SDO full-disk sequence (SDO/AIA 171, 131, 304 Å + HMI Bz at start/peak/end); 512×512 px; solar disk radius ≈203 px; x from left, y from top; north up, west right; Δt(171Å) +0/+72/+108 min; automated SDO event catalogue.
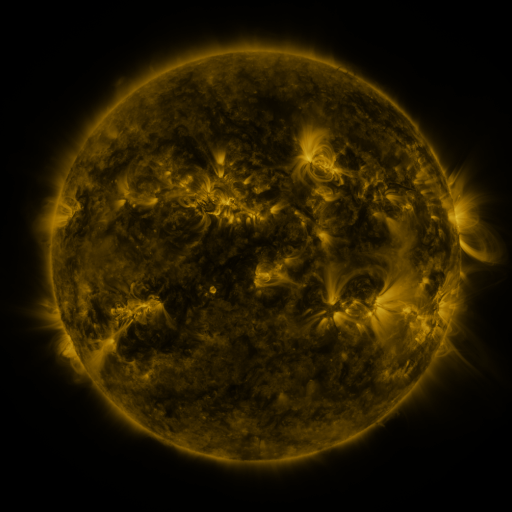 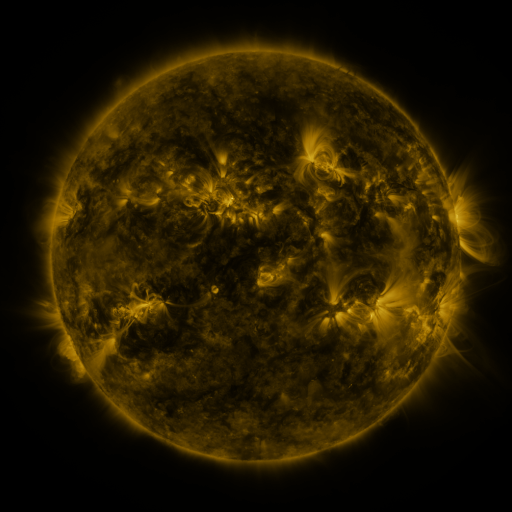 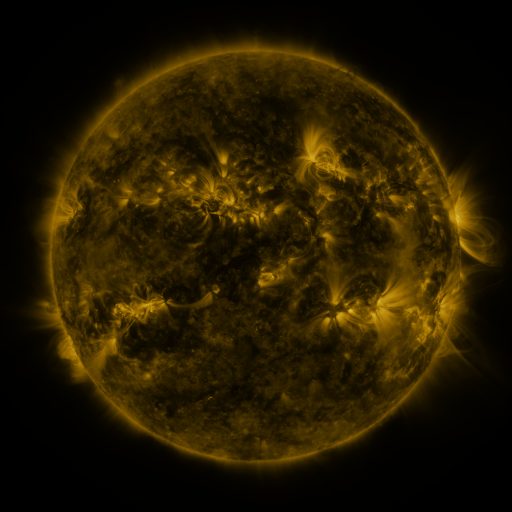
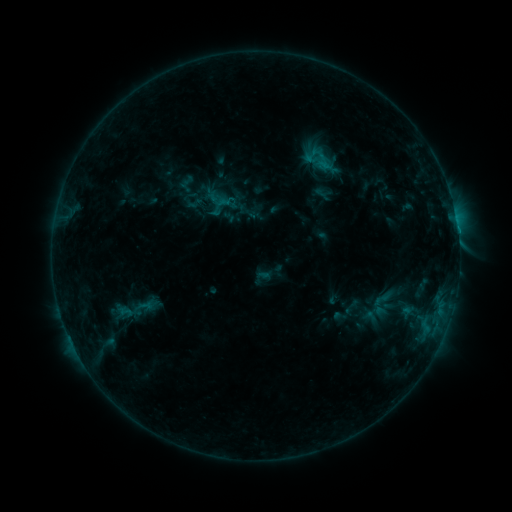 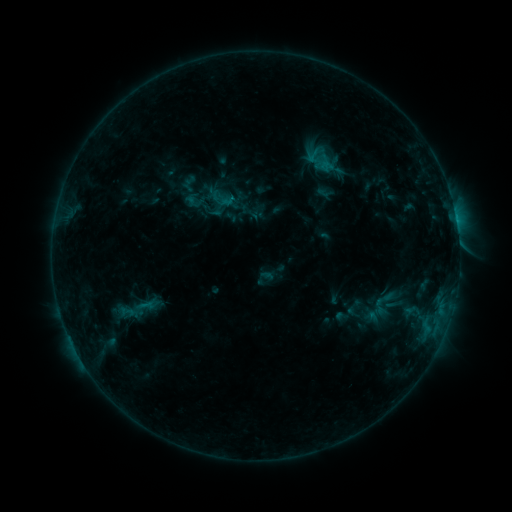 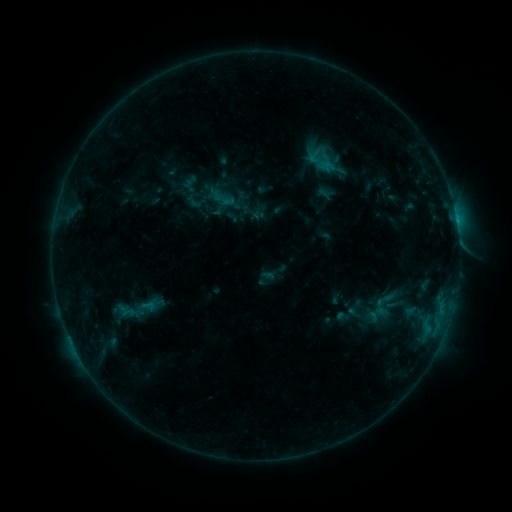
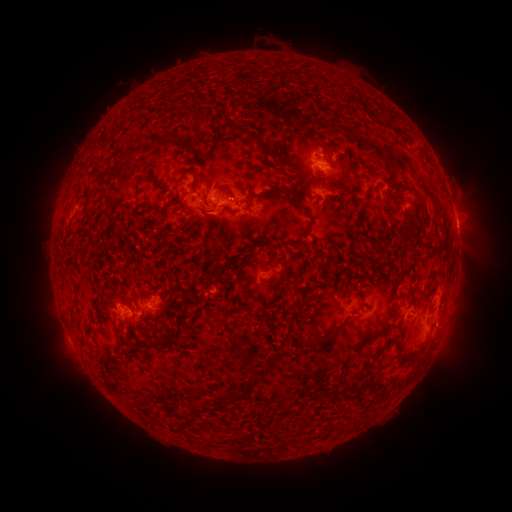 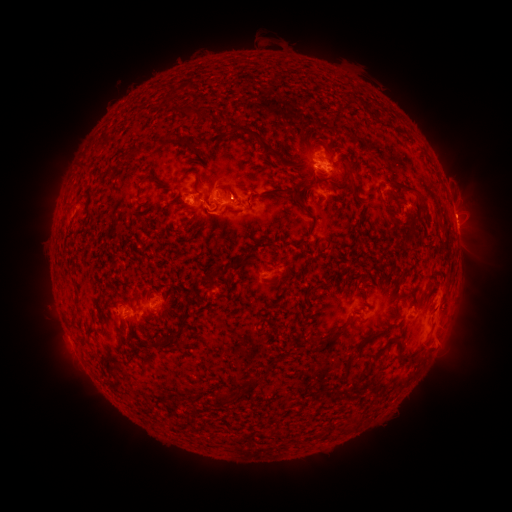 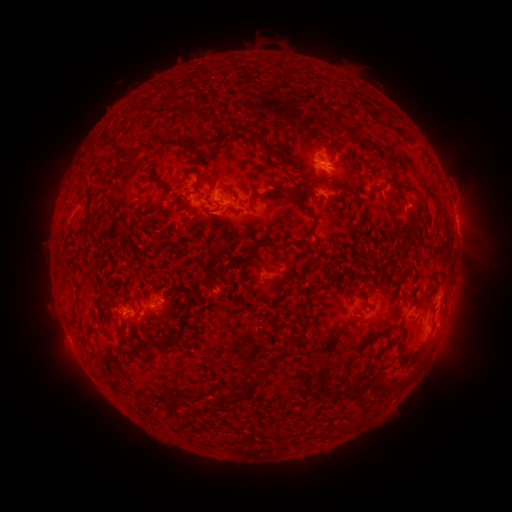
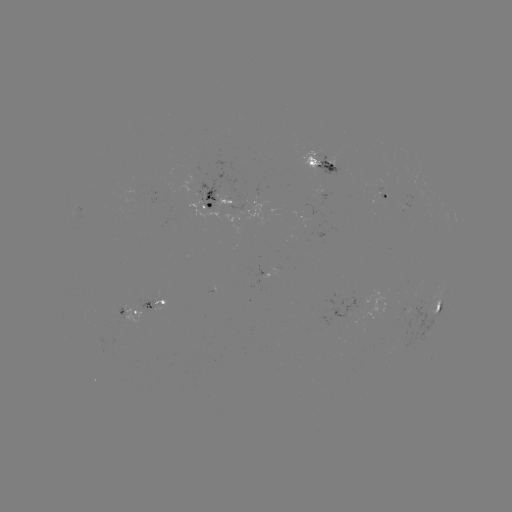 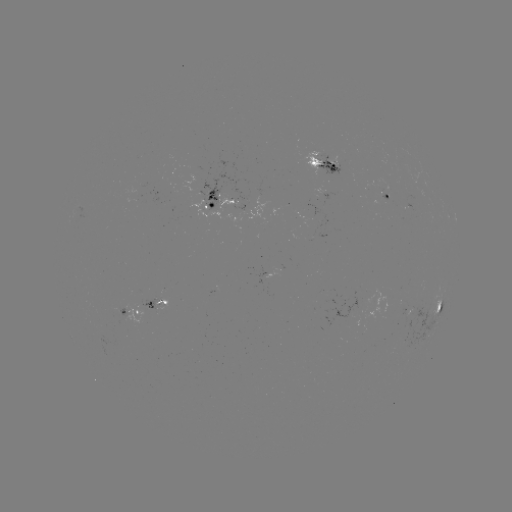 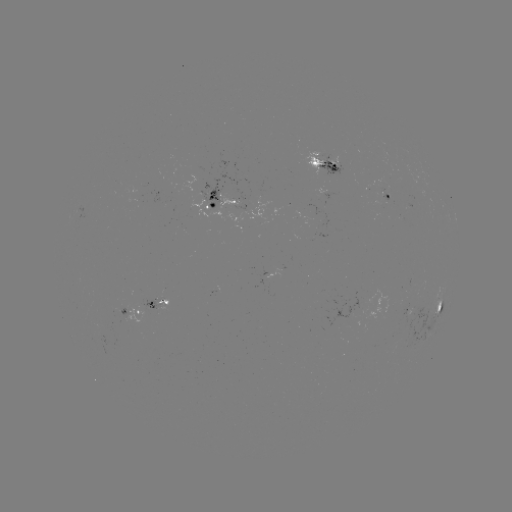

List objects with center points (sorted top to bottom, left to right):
emerging-flux region: (224, 205)
